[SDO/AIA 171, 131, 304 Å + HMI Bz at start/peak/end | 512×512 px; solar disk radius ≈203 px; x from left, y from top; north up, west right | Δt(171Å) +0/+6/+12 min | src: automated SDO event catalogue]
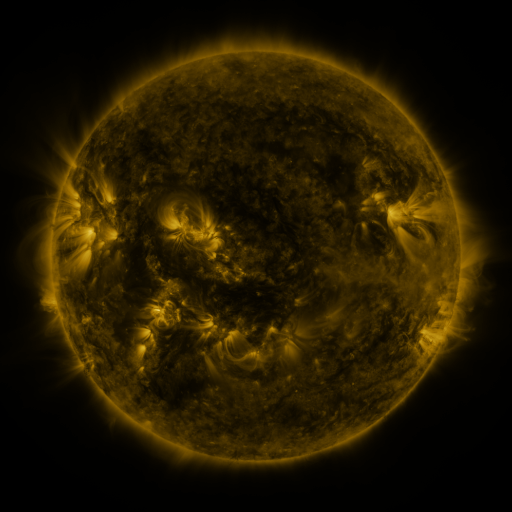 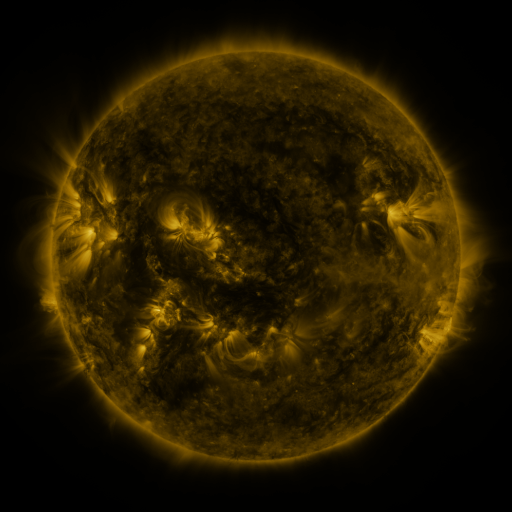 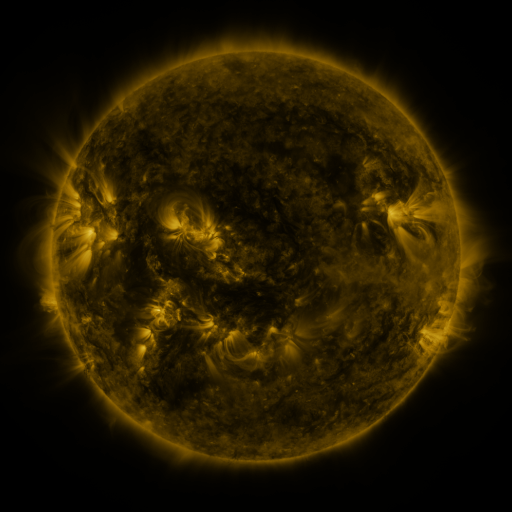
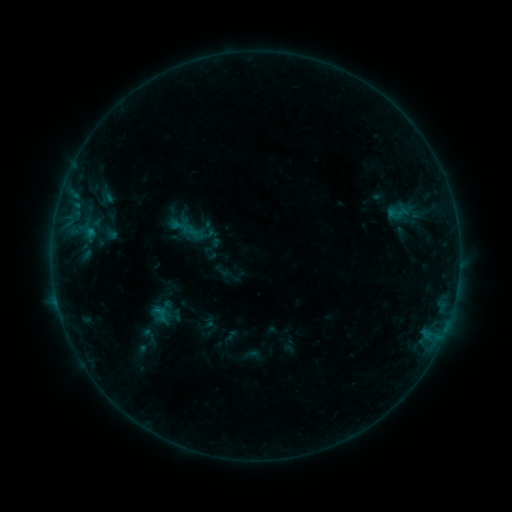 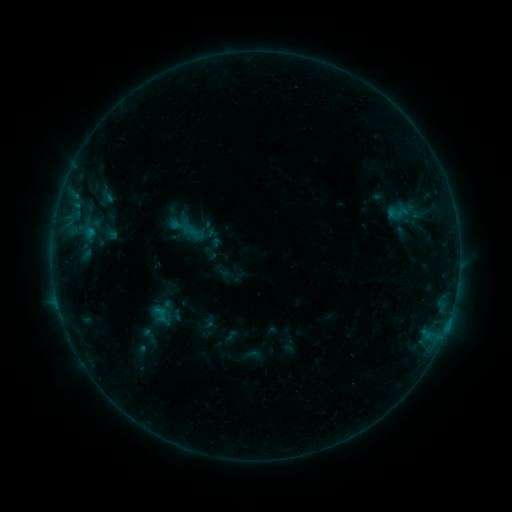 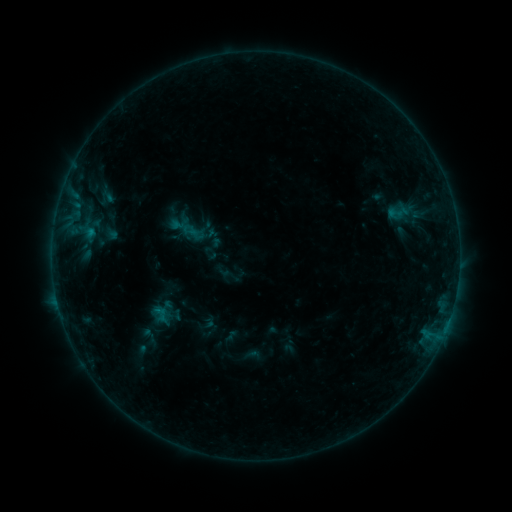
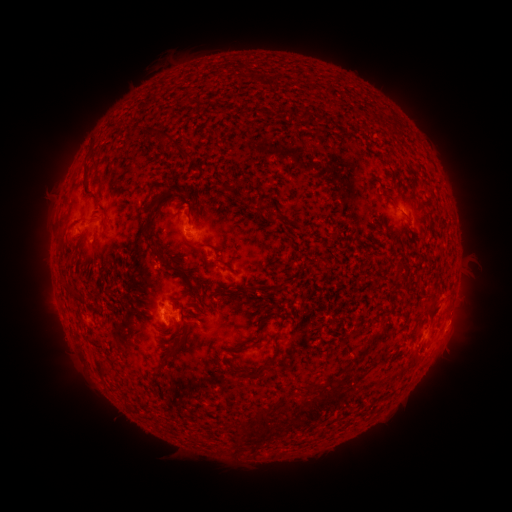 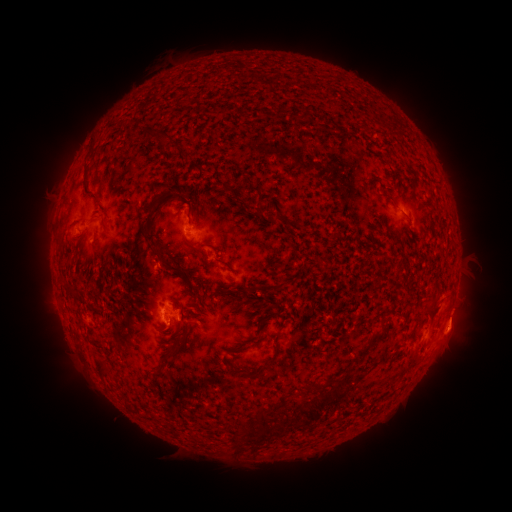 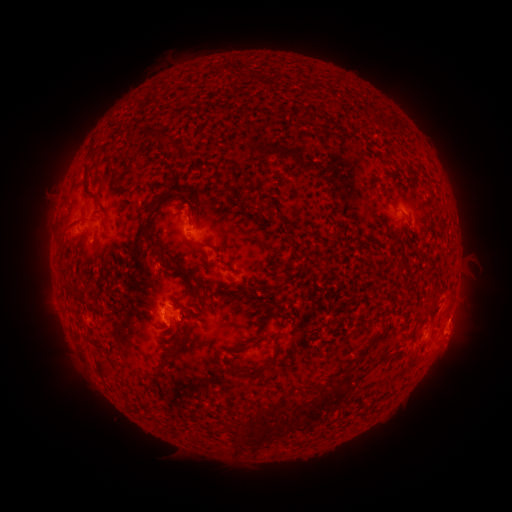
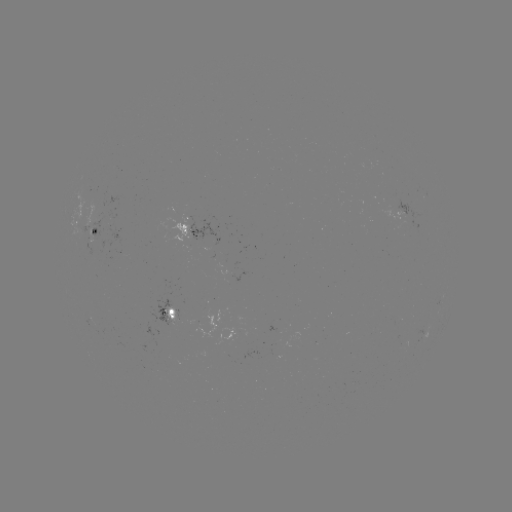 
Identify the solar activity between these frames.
eruption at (458, 337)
